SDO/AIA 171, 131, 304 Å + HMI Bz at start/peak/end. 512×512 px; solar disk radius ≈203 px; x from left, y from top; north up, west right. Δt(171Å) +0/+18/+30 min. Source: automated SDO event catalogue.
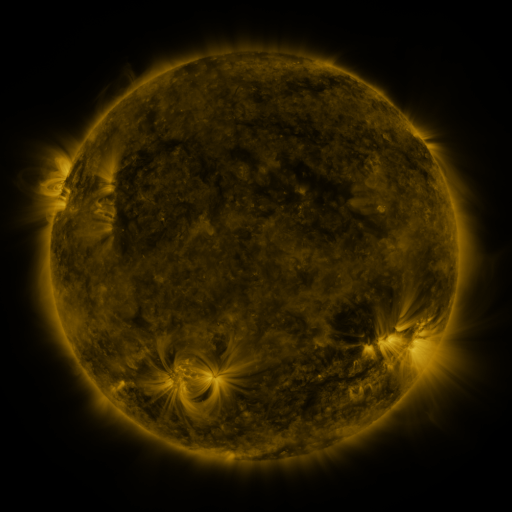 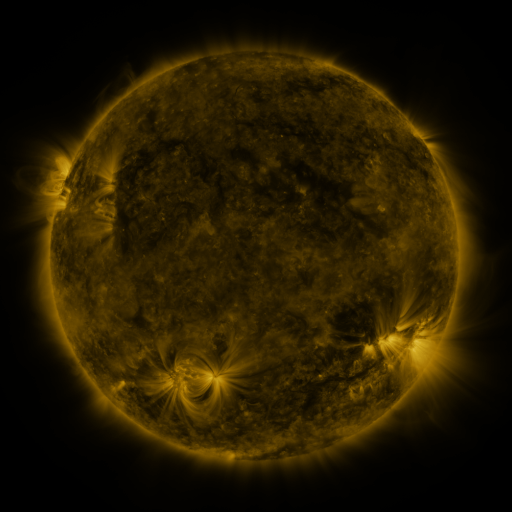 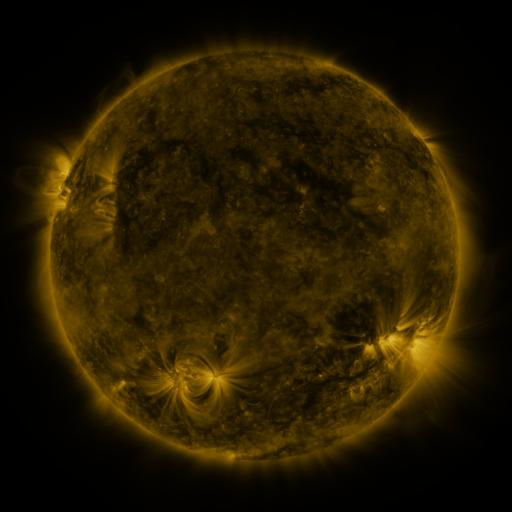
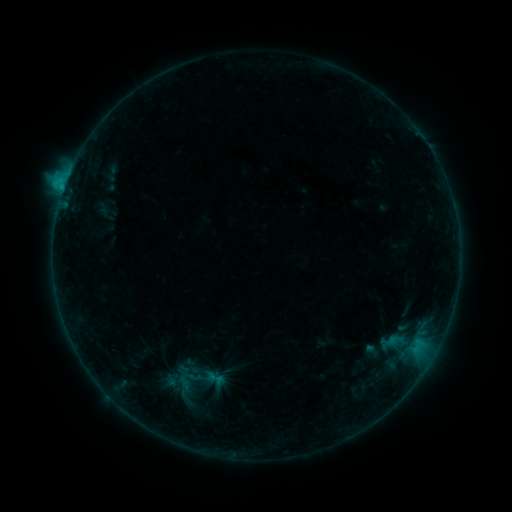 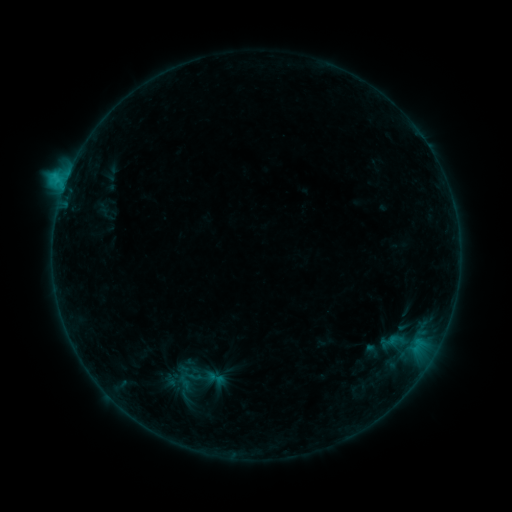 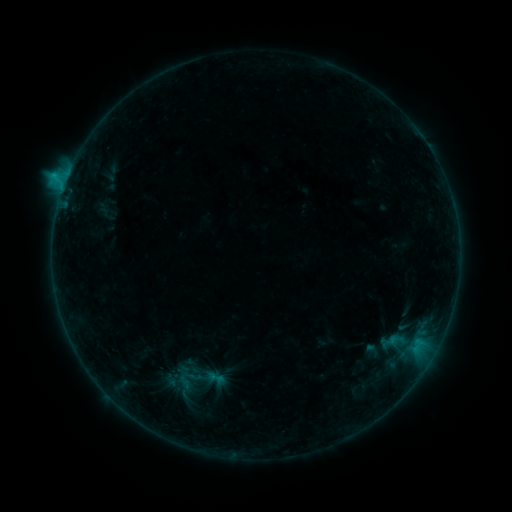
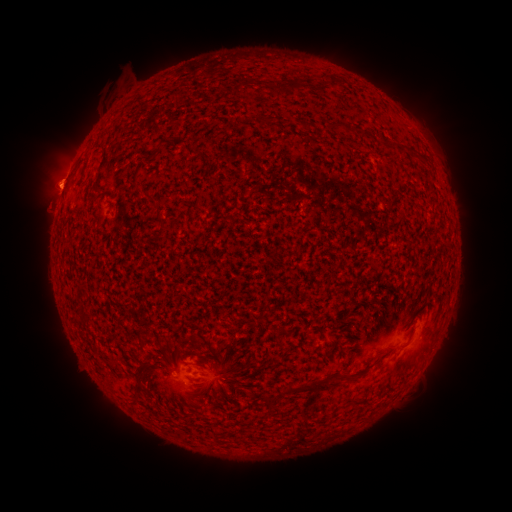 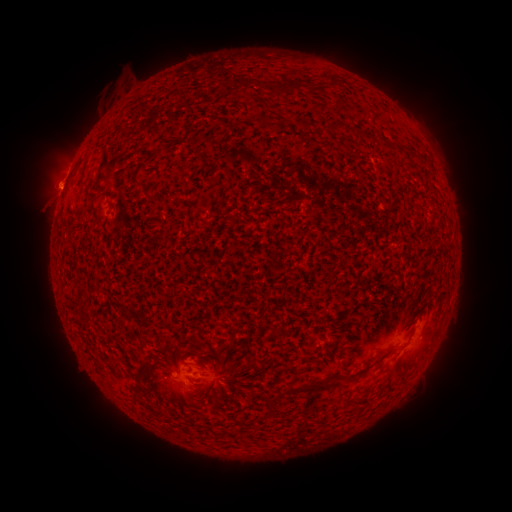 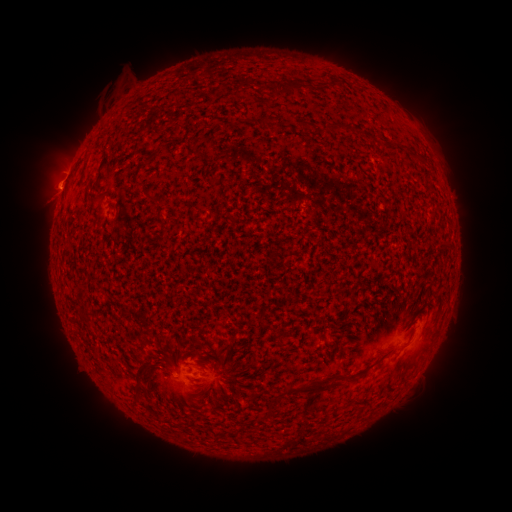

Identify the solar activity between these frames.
C1.4 flare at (69, 178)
